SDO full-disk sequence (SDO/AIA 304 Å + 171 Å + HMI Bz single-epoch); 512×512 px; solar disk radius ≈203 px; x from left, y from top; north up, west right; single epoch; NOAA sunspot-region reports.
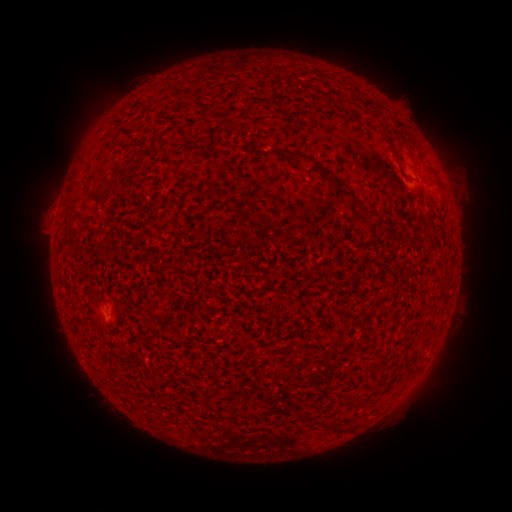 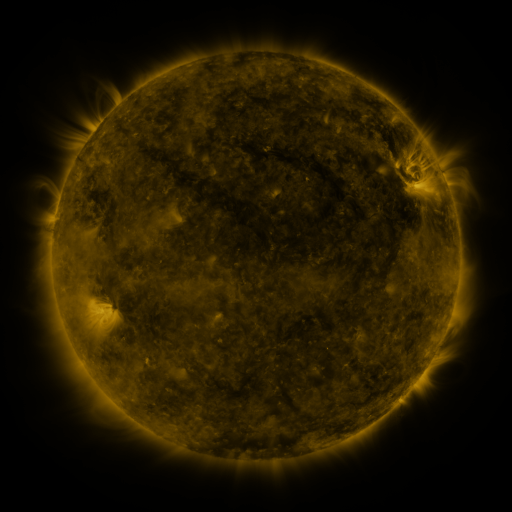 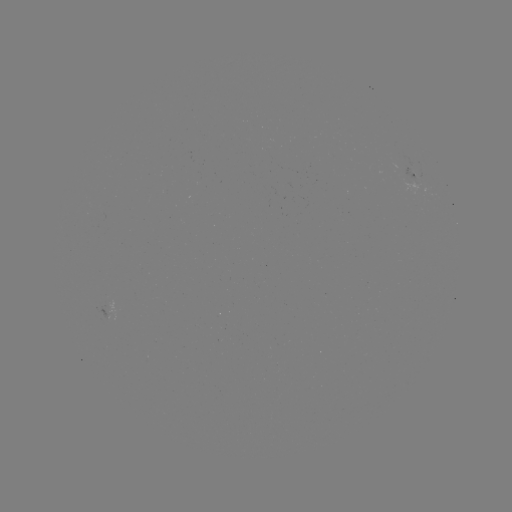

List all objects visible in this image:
spotted active region: (416, 178)
spotted active region: (113, 308)
